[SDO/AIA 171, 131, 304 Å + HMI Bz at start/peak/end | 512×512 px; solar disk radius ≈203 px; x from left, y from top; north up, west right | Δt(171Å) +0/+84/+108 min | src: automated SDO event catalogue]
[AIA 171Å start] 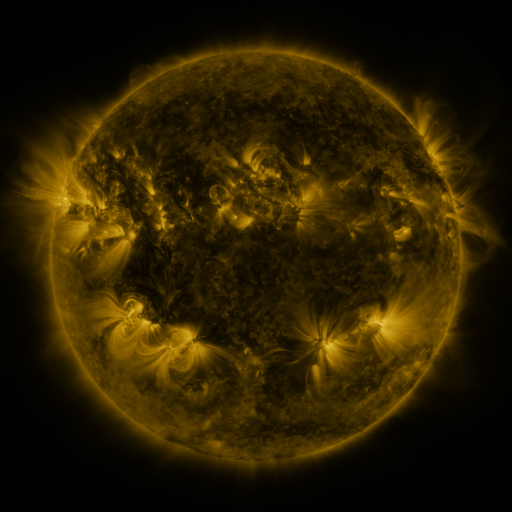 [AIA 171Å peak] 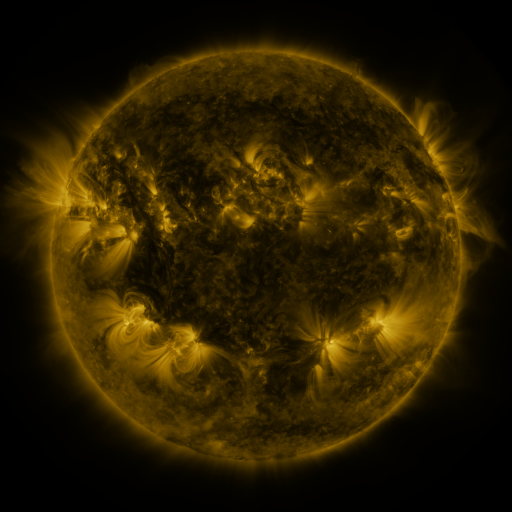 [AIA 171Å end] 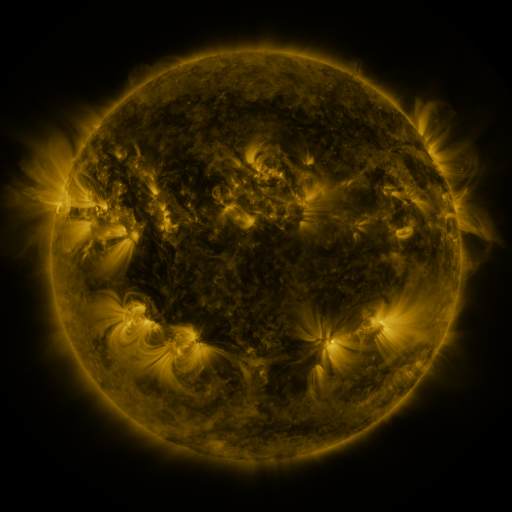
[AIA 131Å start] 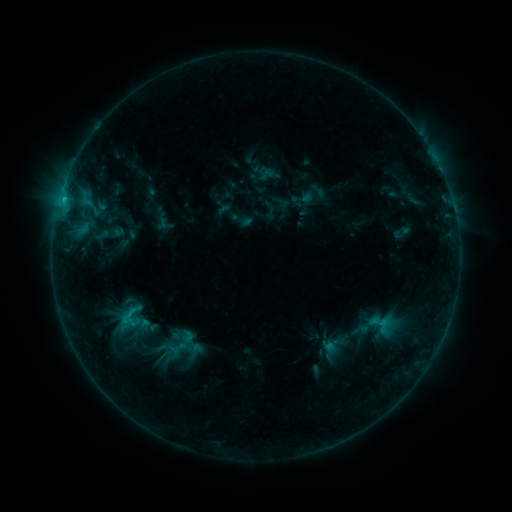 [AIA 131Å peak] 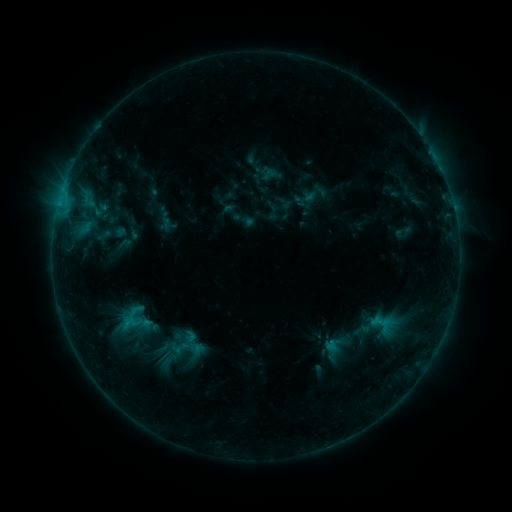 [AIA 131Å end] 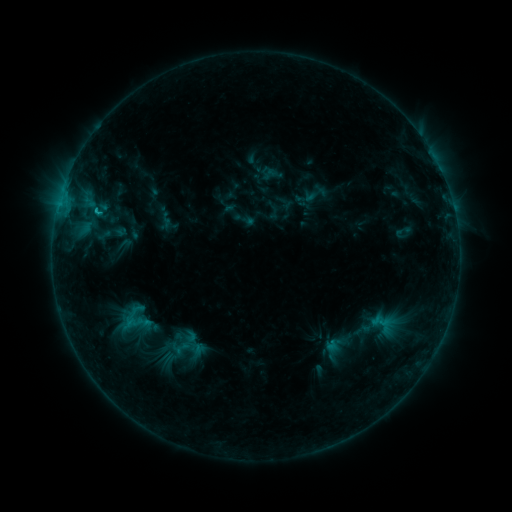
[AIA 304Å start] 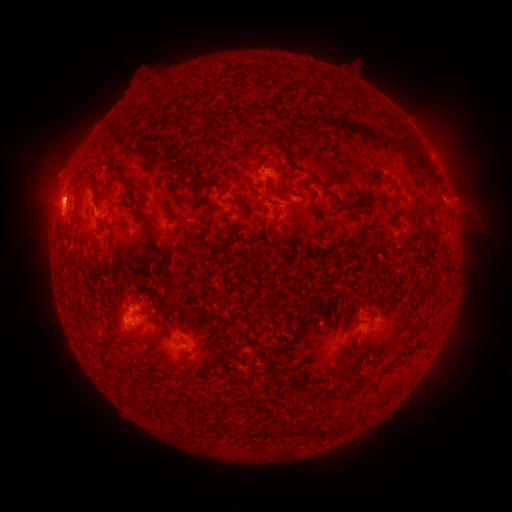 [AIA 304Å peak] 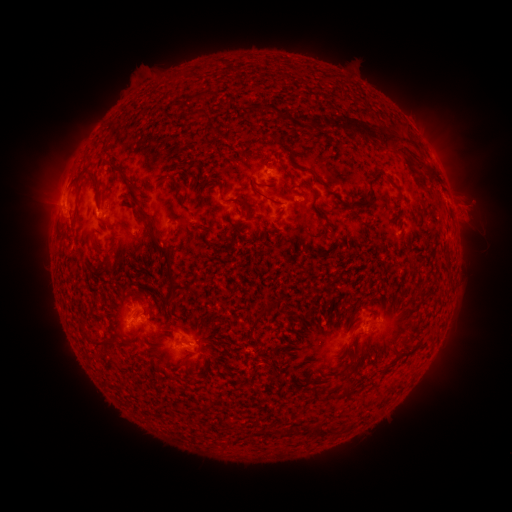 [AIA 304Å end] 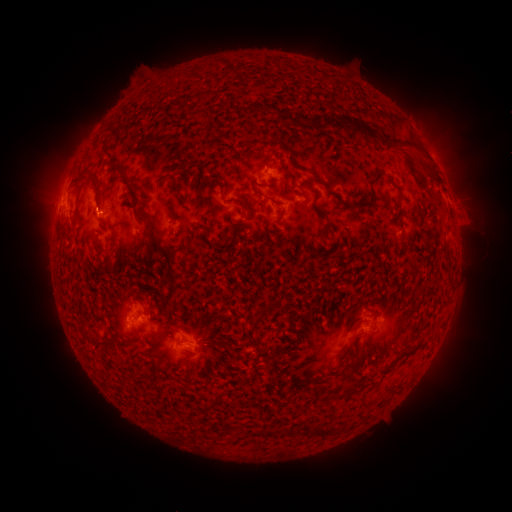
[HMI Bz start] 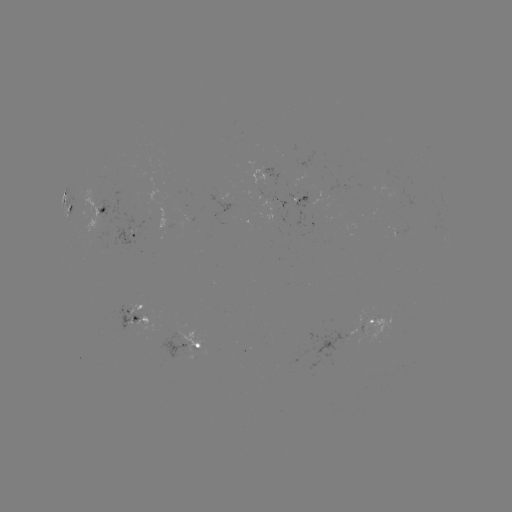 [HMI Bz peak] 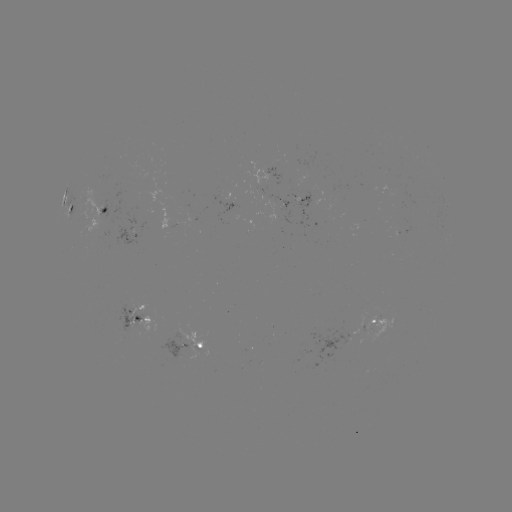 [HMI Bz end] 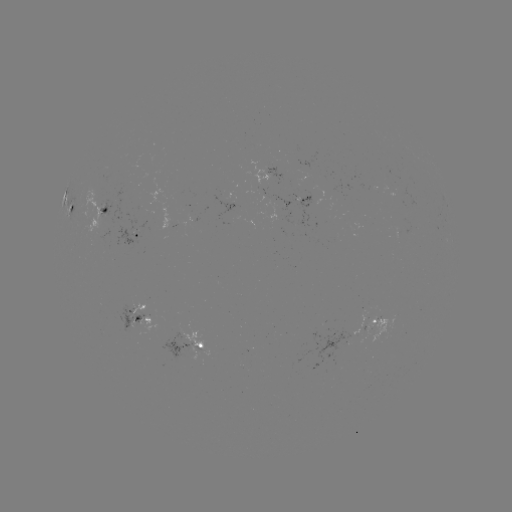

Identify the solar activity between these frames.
emerging-flux region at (291, 201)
